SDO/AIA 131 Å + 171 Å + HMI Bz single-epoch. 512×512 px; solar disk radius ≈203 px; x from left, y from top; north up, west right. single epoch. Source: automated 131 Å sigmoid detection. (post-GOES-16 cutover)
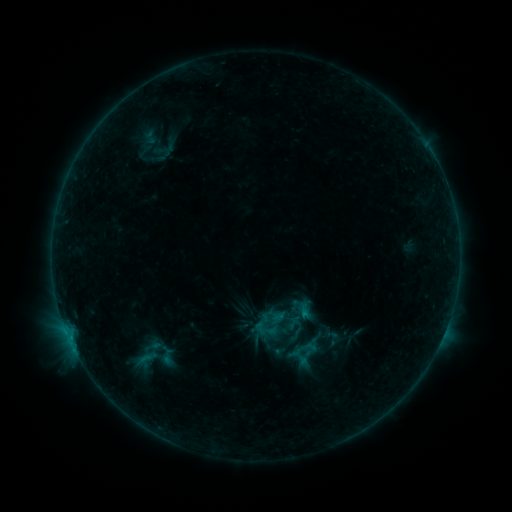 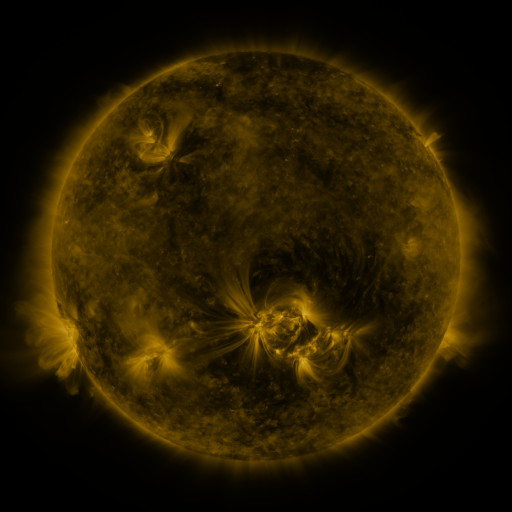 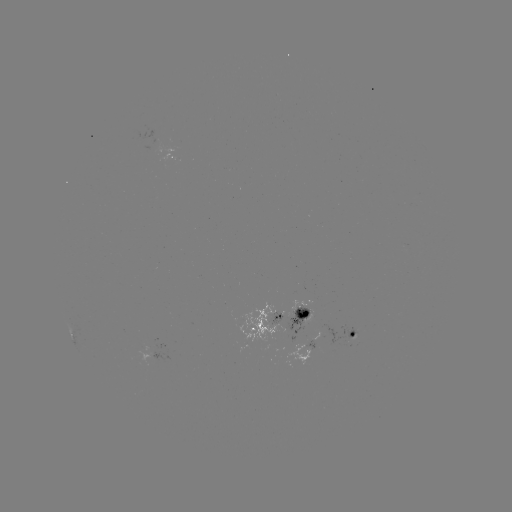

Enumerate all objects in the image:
sigmoid: (304, 309)
sigmoid: (331, 338)
